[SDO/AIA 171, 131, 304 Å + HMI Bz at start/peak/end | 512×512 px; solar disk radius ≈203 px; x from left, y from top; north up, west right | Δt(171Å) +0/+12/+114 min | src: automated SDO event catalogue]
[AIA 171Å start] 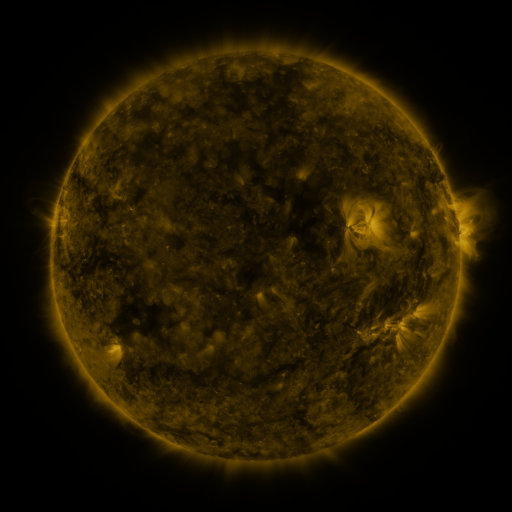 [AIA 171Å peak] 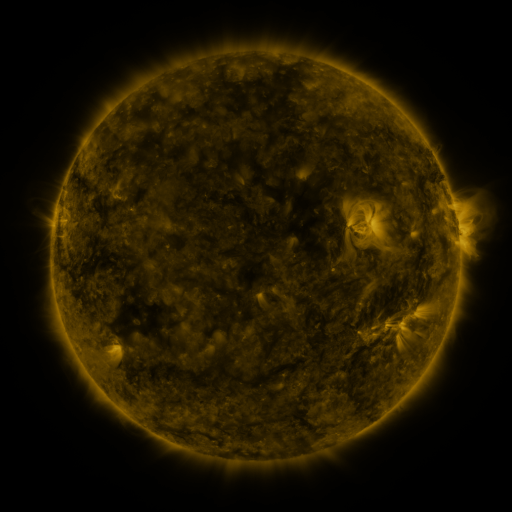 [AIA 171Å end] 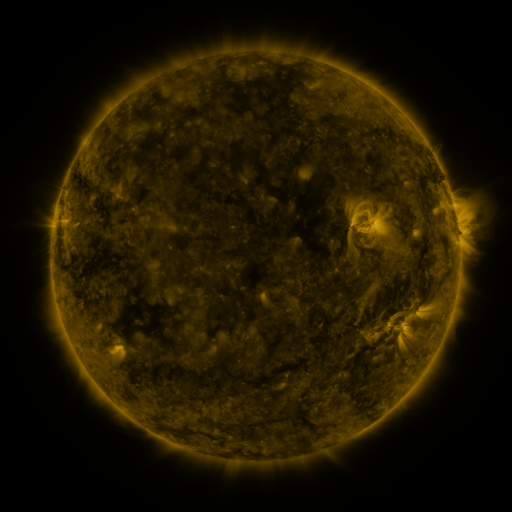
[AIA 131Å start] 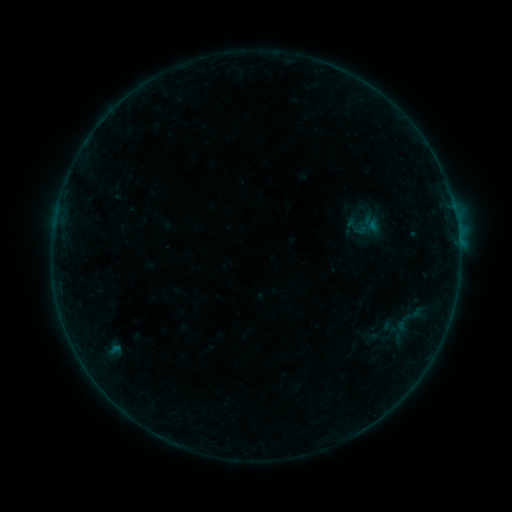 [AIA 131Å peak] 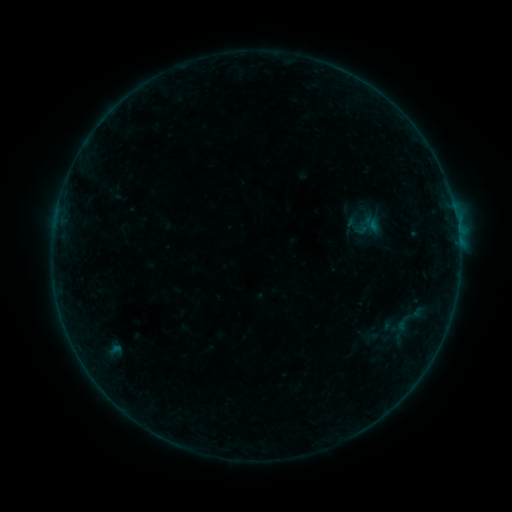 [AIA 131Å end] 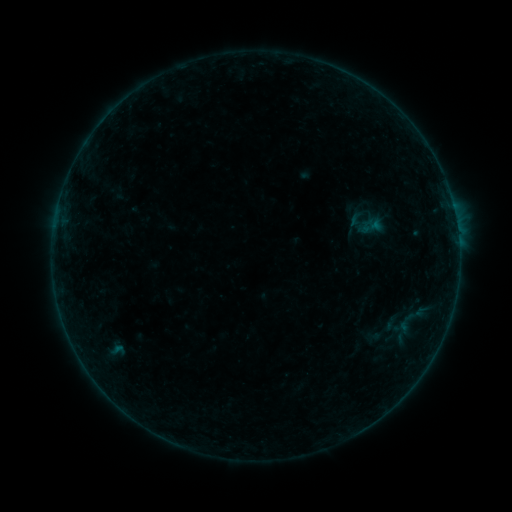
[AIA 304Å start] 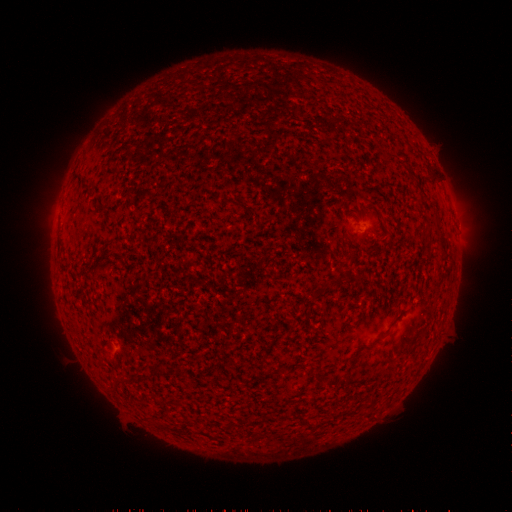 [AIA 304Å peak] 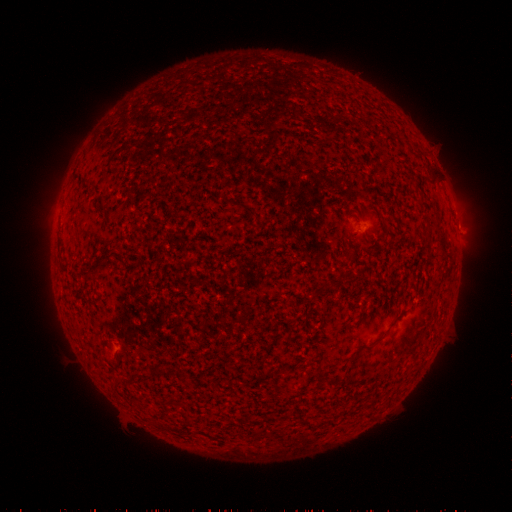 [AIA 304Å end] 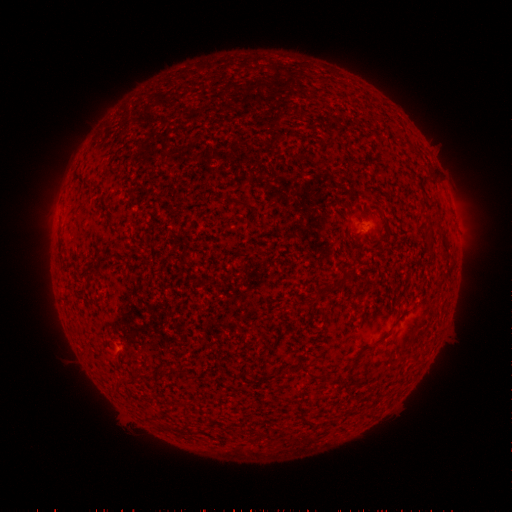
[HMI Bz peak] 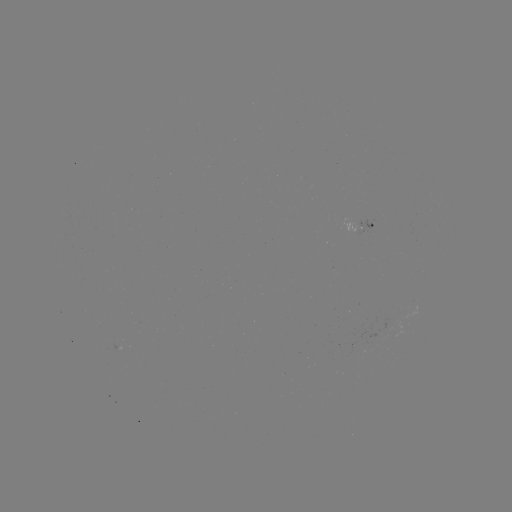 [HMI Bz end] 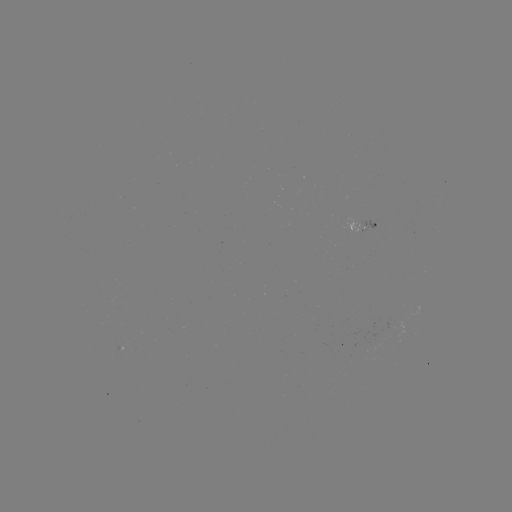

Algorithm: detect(B1.4 flare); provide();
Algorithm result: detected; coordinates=456,221